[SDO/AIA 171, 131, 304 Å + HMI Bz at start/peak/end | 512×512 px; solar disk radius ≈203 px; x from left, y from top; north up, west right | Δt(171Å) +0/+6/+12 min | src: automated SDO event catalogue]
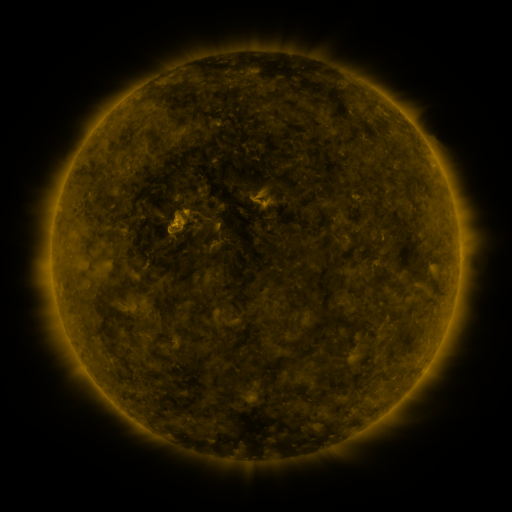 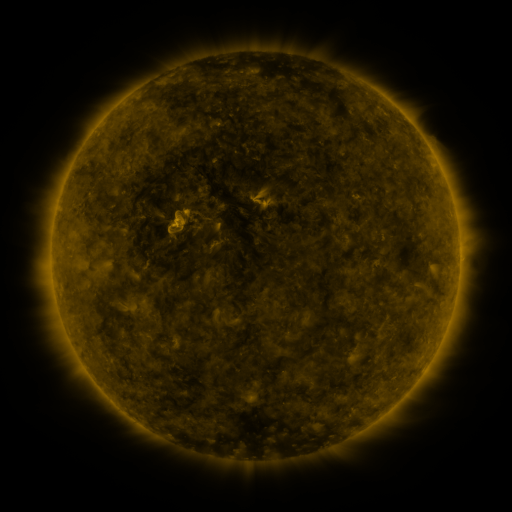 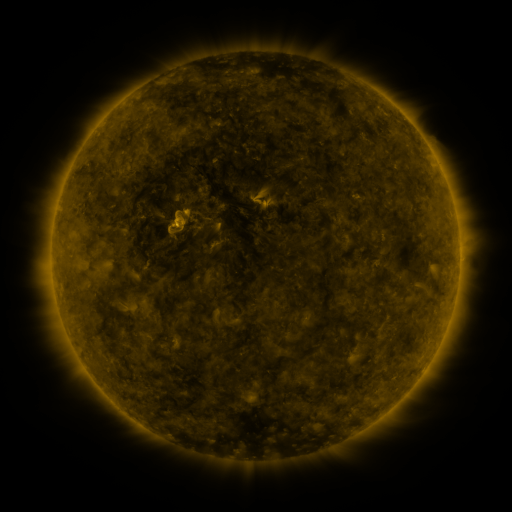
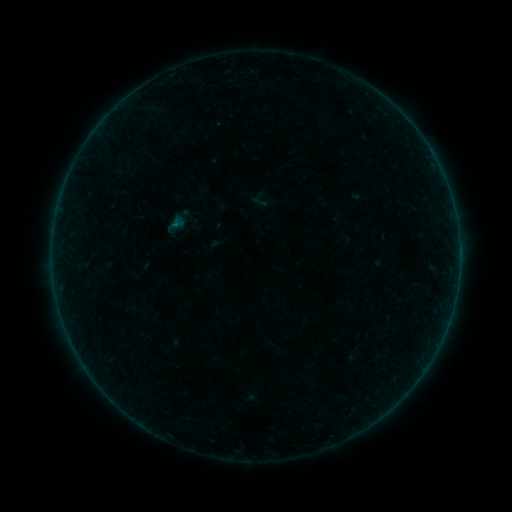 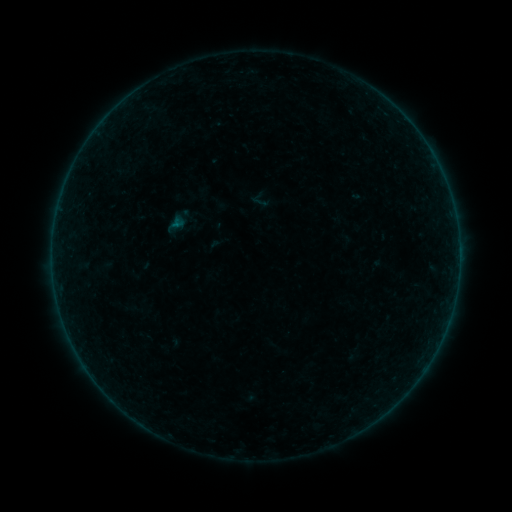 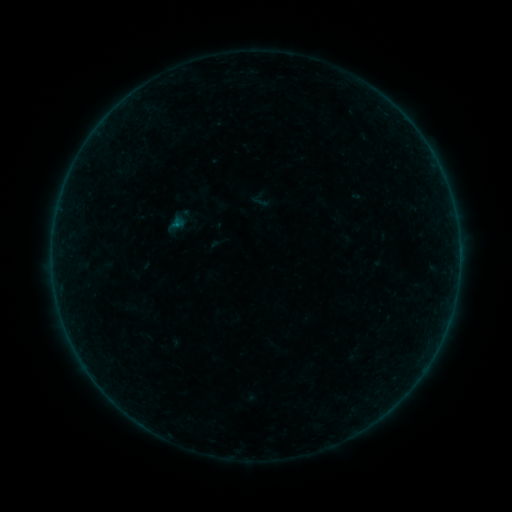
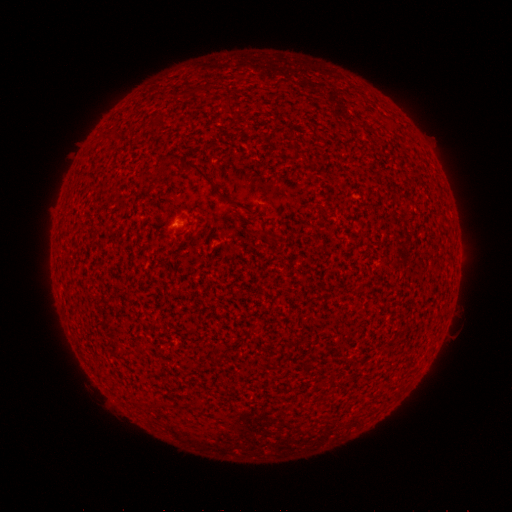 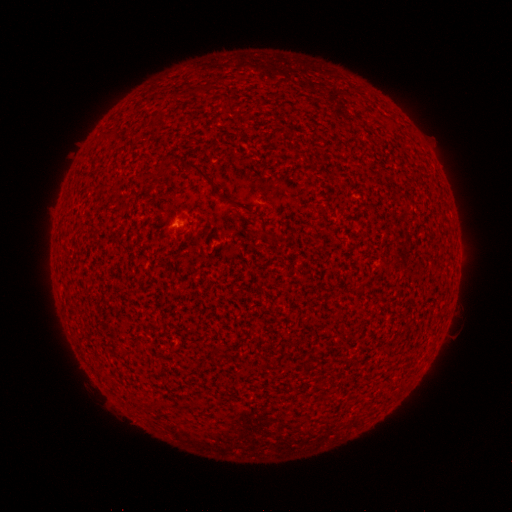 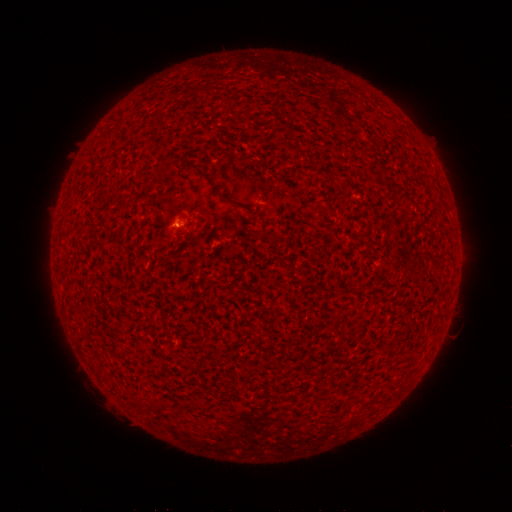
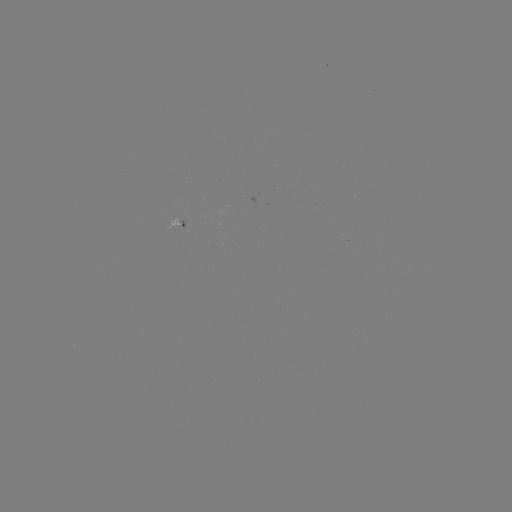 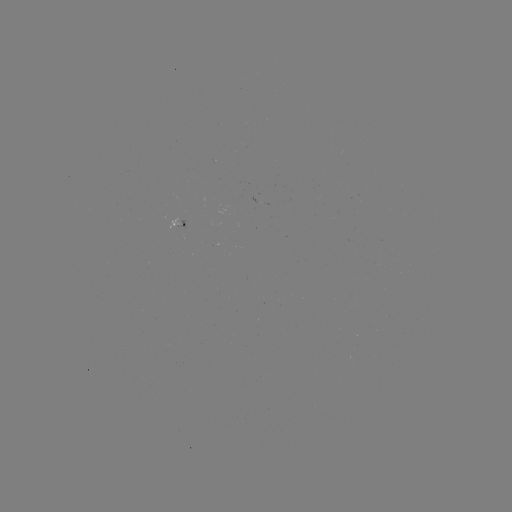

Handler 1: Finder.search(A1.3 flare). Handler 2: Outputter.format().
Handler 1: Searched A1.3 flare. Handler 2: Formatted [179, 229].